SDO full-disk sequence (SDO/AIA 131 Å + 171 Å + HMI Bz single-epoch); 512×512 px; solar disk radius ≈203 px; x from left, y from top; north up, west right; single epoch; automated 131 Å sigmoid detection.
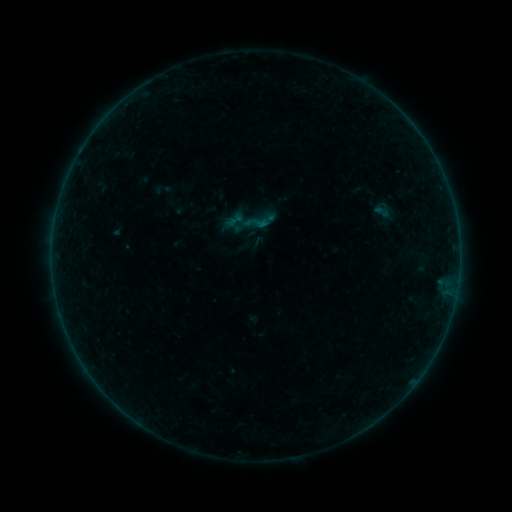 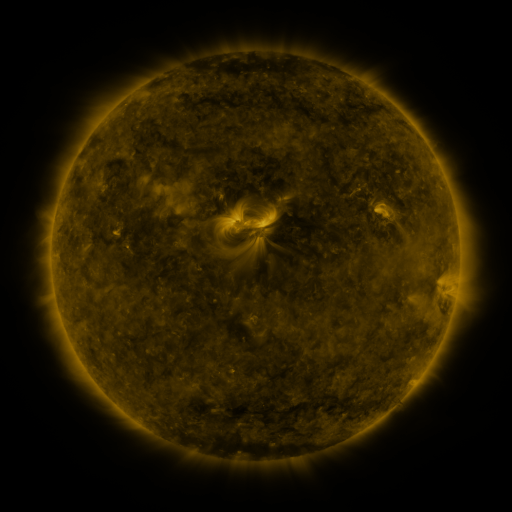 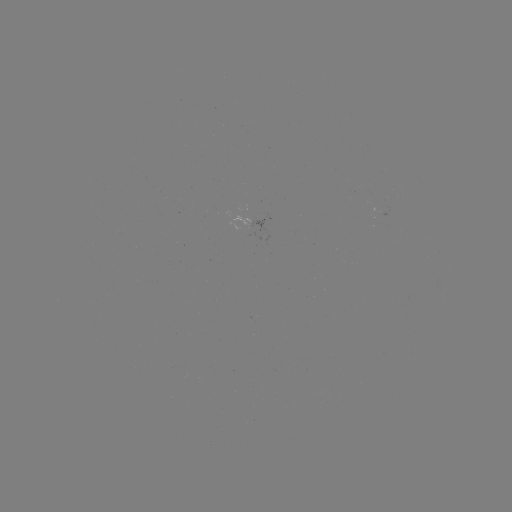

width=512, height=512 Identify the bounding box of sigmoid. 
[243, 210, 269, 235].